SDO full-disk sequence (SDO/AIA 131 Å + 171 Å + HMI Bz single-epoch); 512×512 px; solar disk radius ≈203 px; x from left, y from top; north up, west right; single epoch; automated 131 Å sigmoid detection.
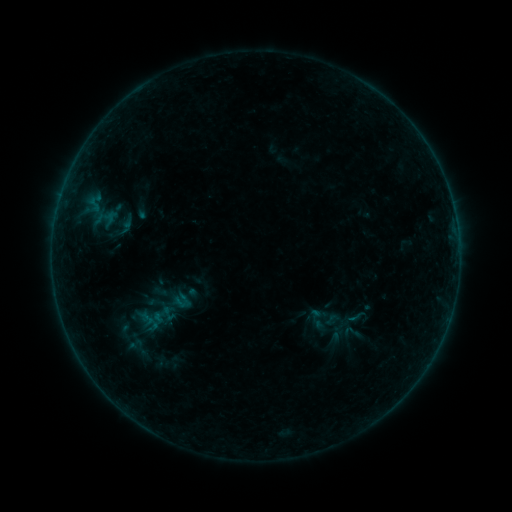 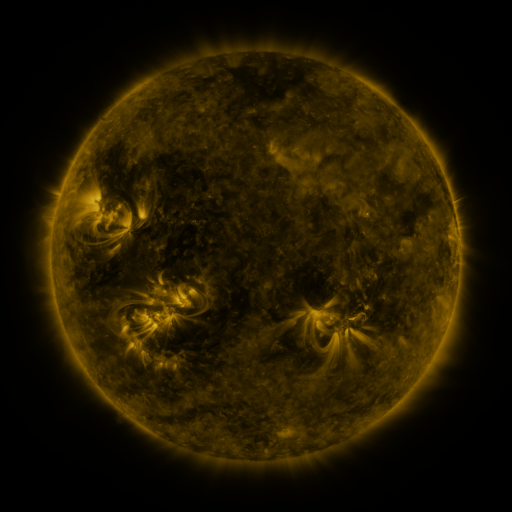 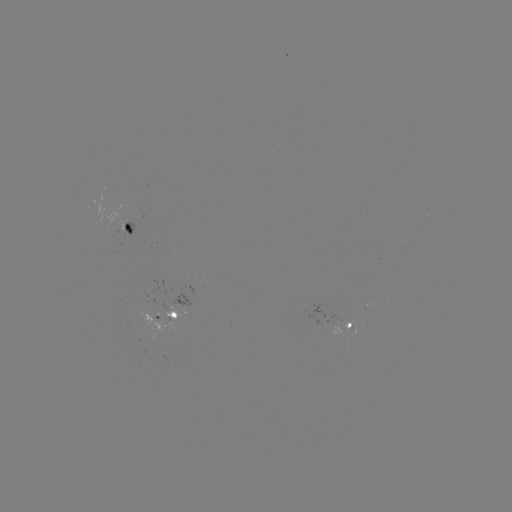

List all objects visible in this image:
sigmoid: (333, 319)
sigmoid: (125, 332)
